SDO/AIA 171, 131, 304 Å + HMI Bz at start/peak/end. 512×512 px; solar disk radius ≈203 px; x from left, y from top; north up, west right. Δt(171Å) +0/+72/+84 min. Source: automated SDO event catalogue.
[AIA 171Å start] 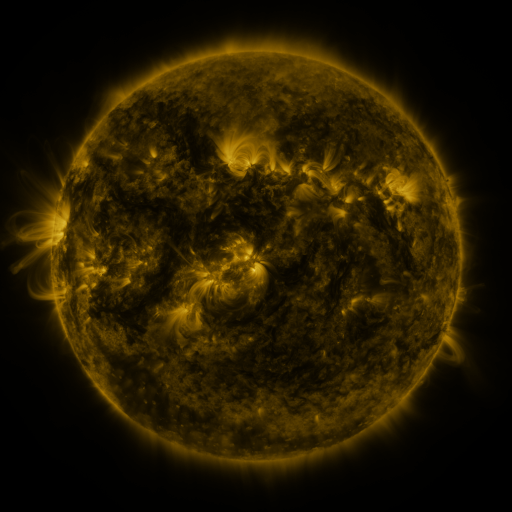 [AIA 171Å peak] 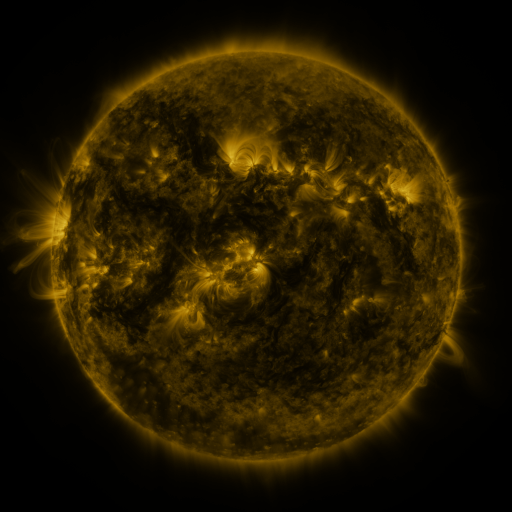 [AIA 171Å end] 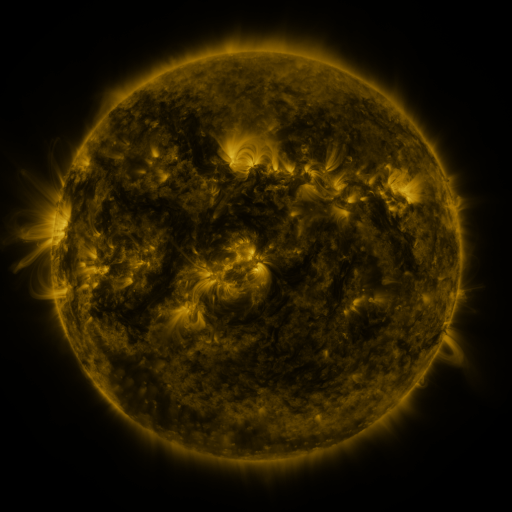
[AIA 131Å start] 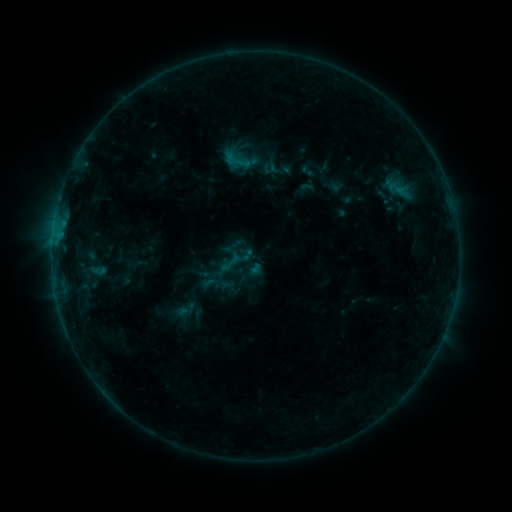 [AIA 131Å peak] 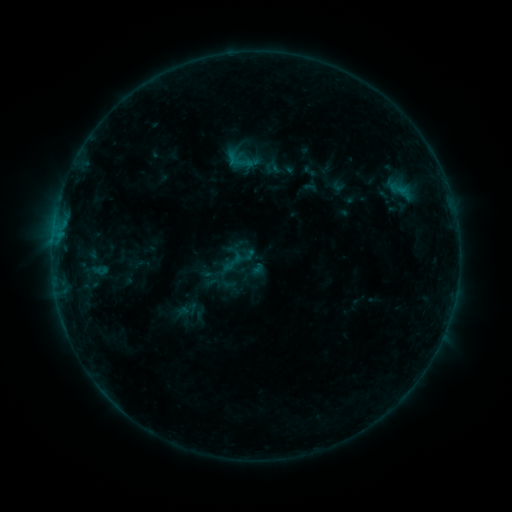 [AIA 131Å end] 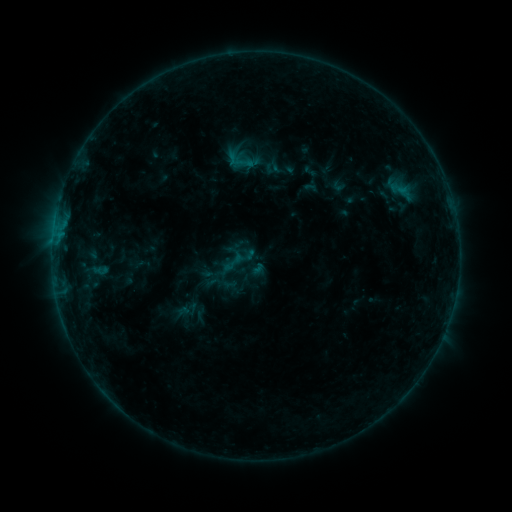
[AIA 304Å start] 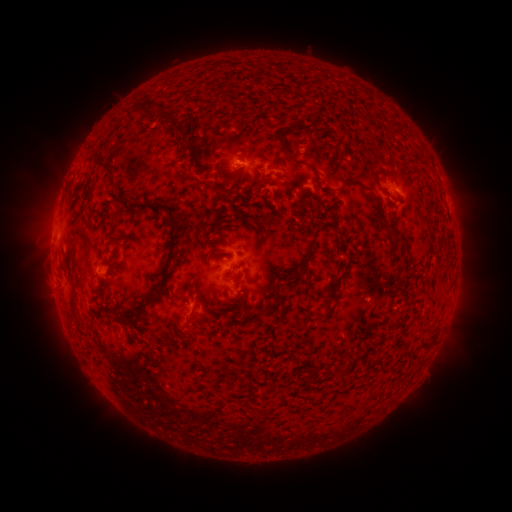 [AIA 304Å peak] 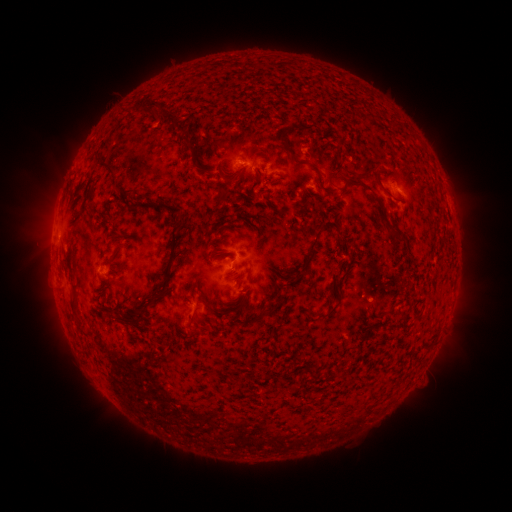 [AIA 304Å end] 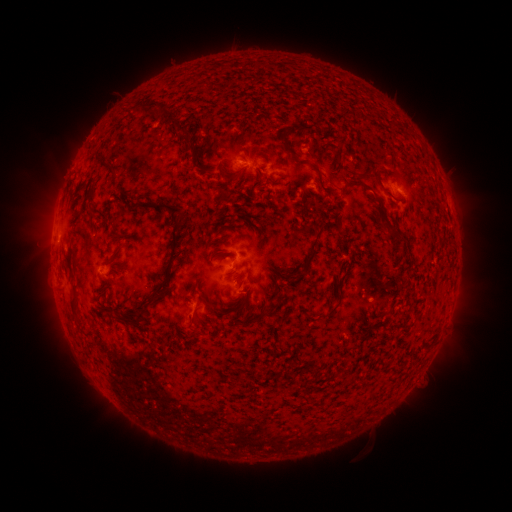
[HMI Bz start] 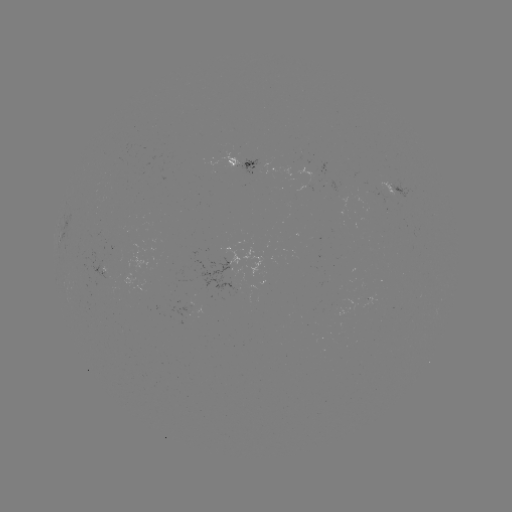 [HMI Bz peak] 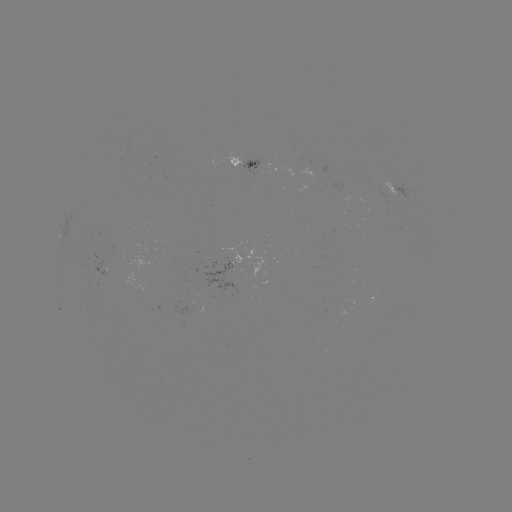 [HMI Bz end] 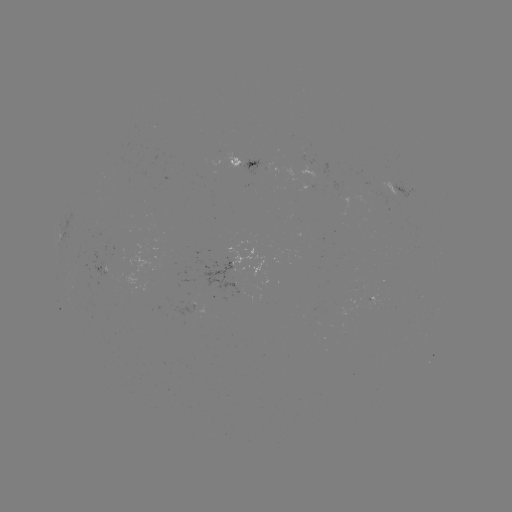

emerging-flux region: <bbox>210, 153, 242, 169</bbox>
